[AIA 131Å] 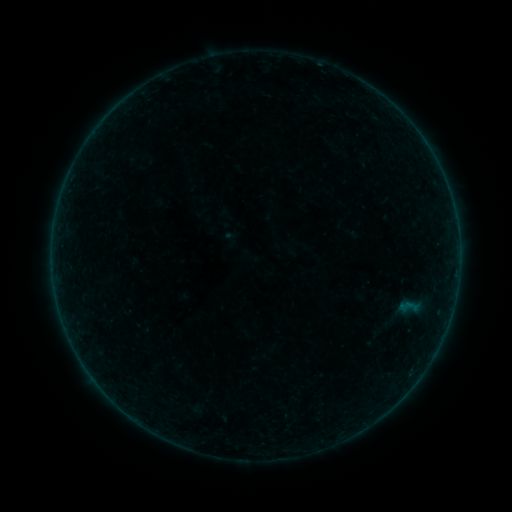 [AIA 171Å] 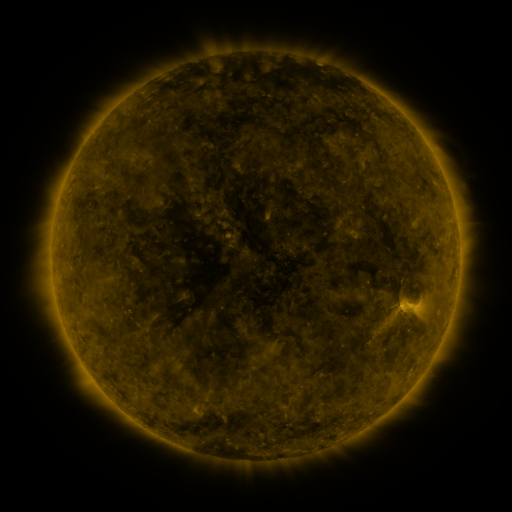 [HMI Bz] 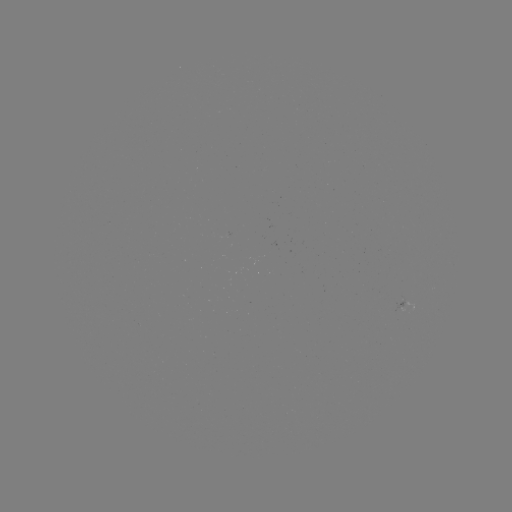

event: sigmoid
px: (409, 307)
